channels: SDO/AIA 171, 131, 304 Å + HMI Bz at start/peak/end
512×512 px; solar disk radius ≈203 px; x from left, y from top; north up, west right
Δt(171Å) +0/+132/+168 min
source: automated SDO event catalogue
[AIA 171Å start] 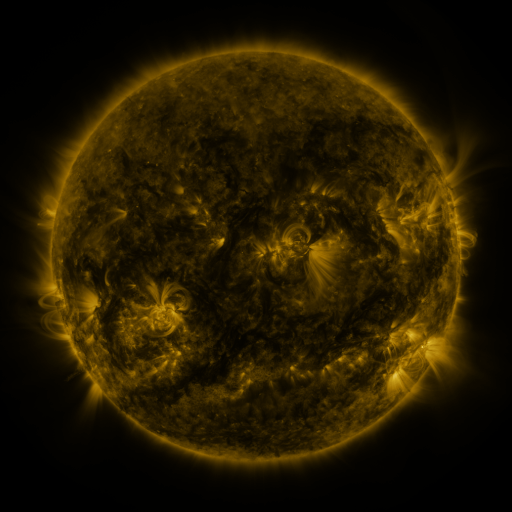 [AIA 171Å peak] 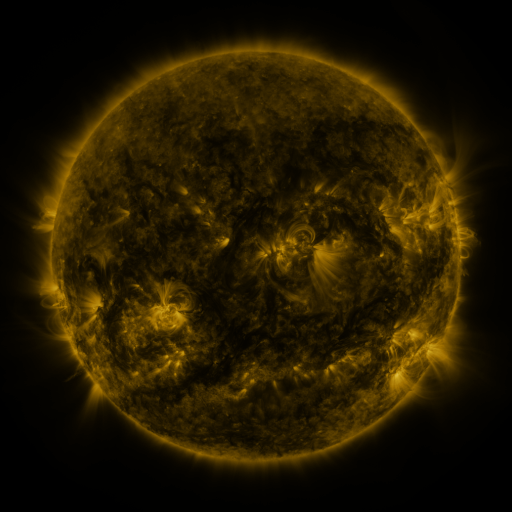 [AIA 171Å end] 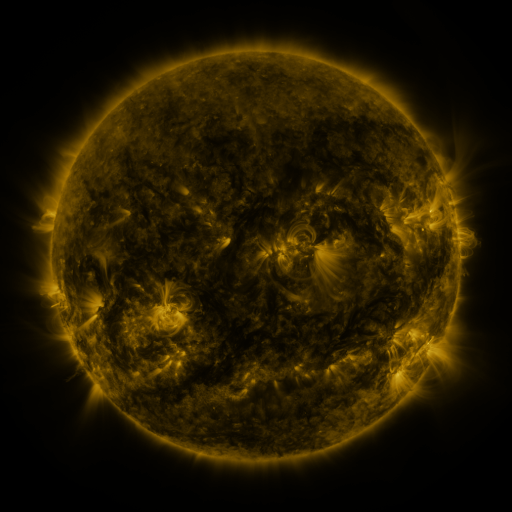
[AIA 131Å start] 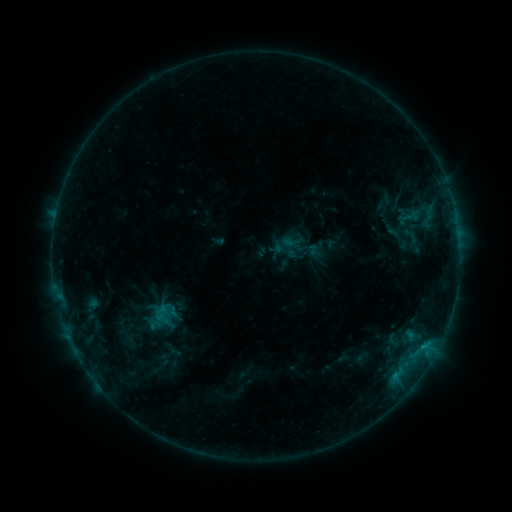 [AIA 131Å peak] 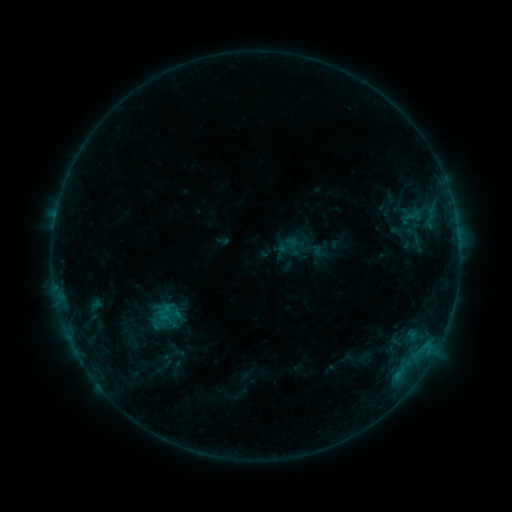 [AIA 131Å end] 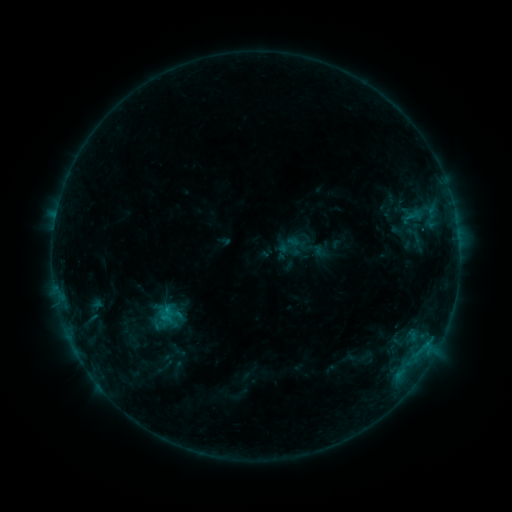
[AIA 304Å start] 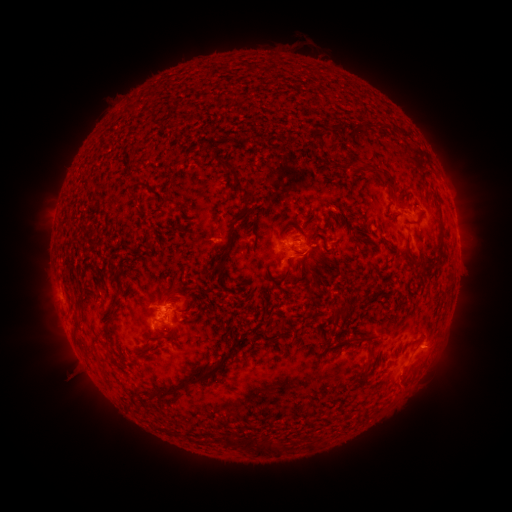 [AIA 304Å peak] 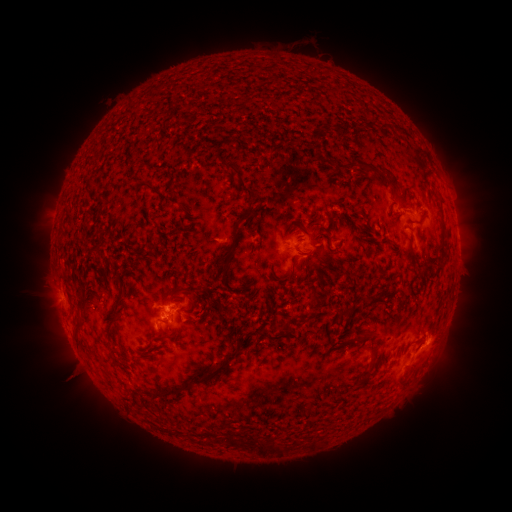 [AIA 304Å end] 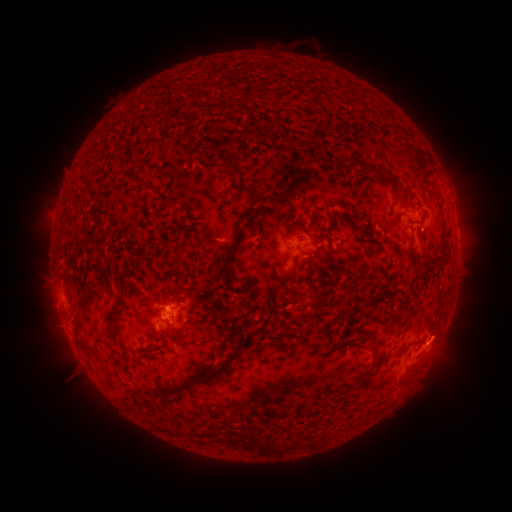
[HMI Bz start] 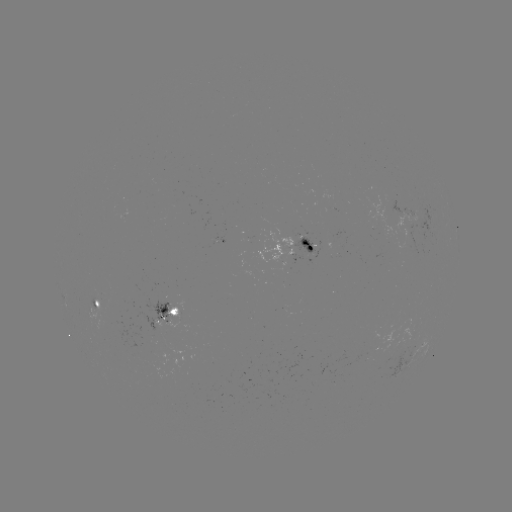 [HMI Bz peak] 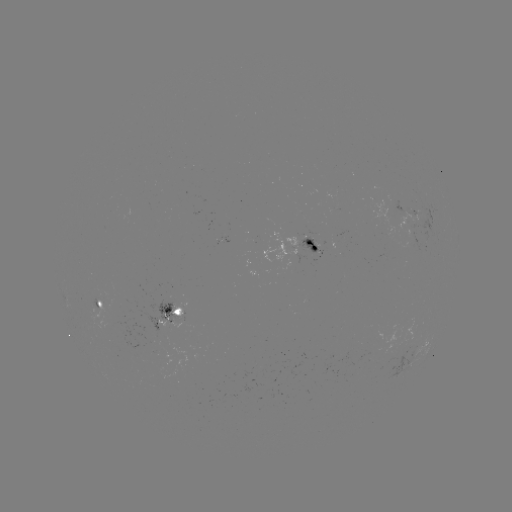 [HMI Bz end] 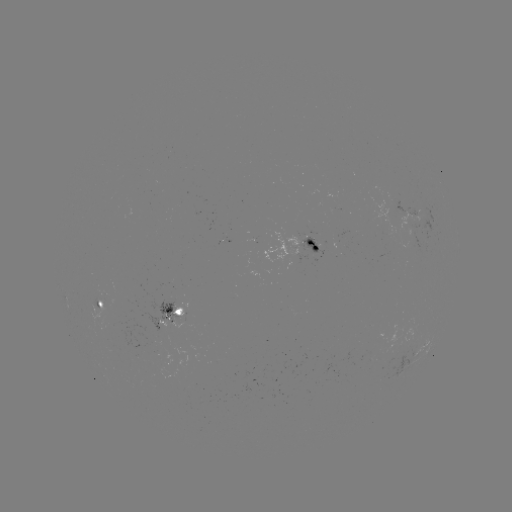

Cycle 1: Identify emerging-flux region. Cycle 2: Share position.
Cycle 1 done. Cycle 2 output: (398, 210).